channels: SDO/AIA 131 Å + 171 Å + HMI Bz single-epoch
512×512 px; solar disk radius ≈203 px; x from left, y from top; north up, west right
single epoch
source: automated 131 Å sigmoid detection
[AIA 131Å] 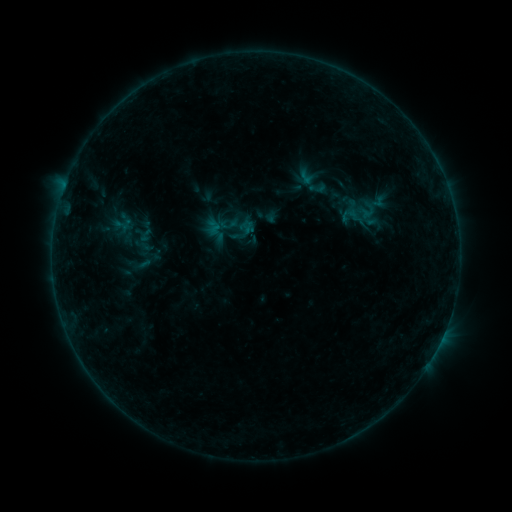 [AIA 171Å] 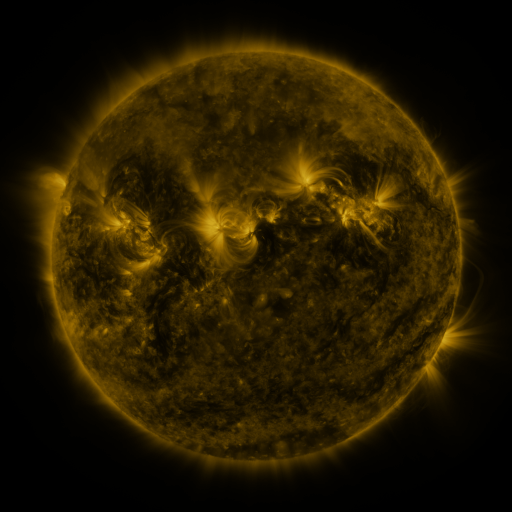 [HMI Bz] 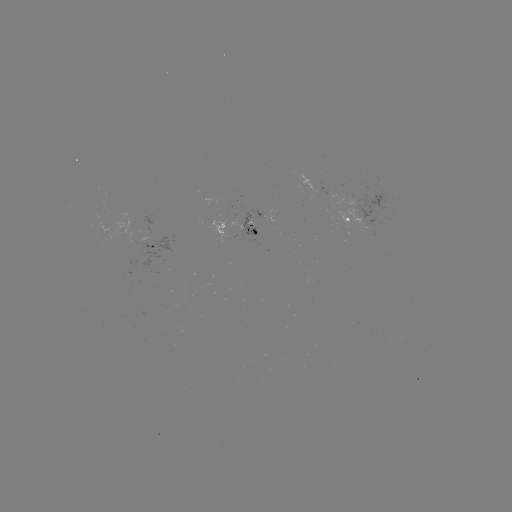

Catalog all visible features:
sigmoid: (294, 168, 317, 187)
sigmoid: (306, 179, 329, 197)
sigmoid: (207, 221, 223, 238)
